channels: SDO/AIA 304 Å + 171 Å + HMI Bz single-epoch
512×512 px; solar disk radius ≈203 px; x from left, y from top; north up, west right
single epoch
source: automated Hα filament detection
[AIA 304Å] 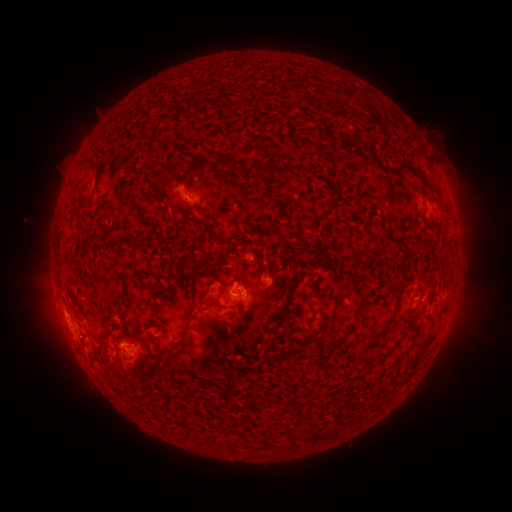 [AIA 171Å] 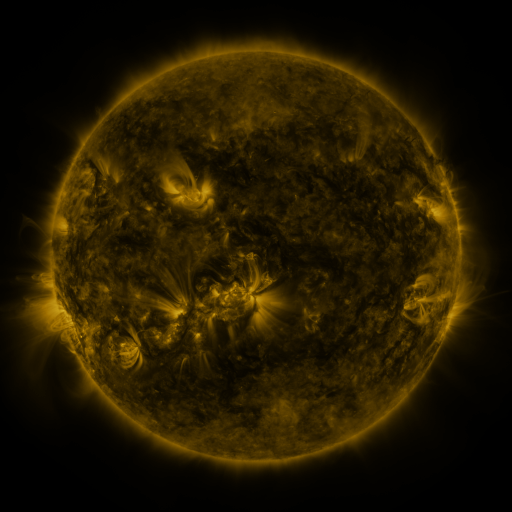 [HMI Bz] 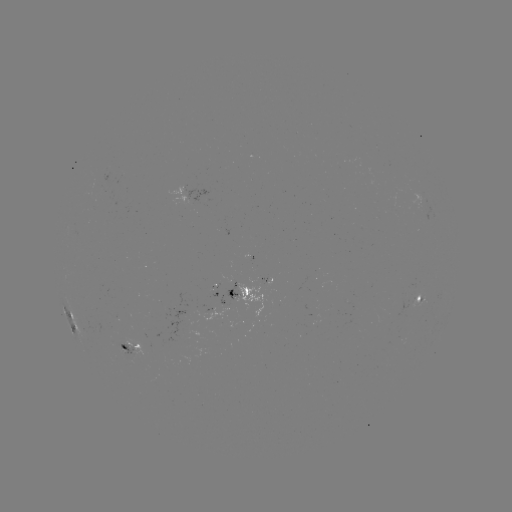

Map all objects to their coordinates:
filament: (350, 93)
filament: (409, 135)
filament: (146, 139)
filament: (233, 165)
filament: (414, 167)
filament: (288, 169)
filament: (433, 185)
filament: (429, 241)
filament: (310, 296)
filament: (342, 296)
filament: (369, 302)
filament: (236, 306)
filament: (393, 316)
filament: (400, 340)
filament: (237, 408)
